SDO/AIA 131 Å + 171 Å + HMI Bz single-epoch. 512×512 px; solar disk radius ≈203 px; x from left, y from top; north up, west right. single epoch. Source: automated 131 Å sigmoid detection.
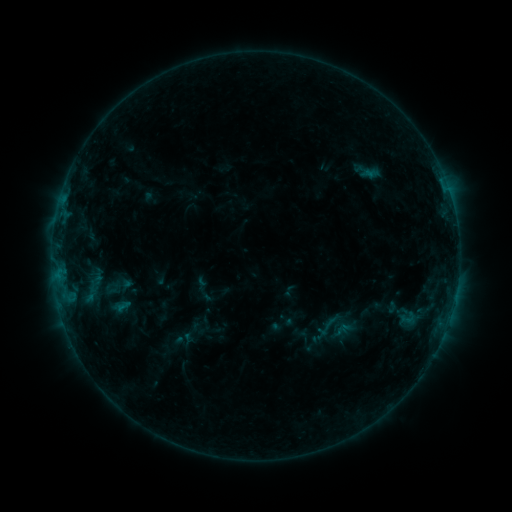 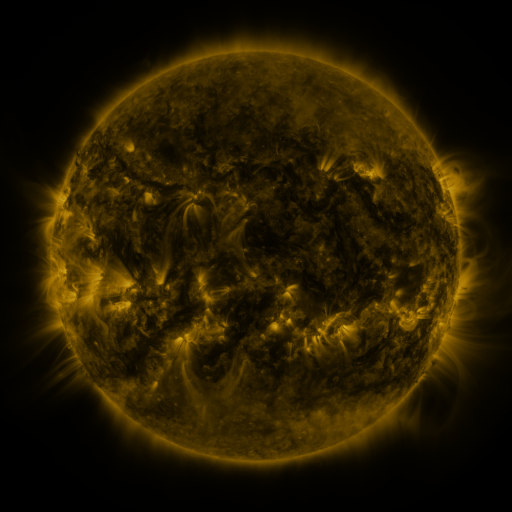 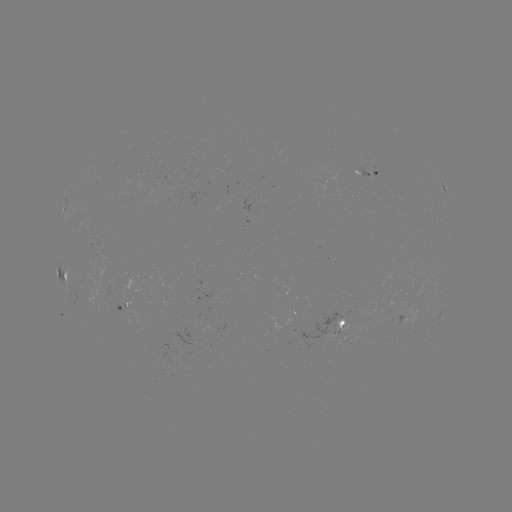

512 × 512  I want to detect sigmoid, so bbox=[314, 313, 339, 340].